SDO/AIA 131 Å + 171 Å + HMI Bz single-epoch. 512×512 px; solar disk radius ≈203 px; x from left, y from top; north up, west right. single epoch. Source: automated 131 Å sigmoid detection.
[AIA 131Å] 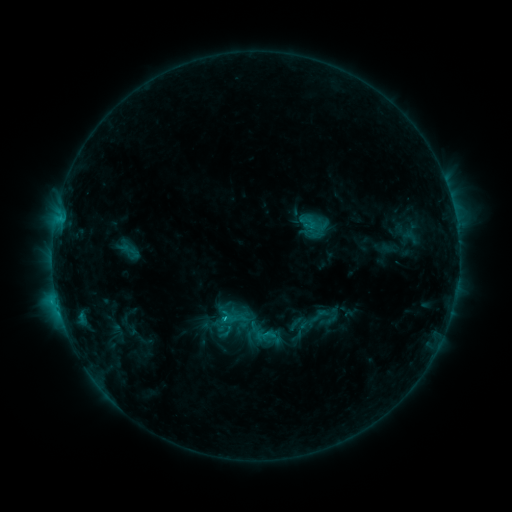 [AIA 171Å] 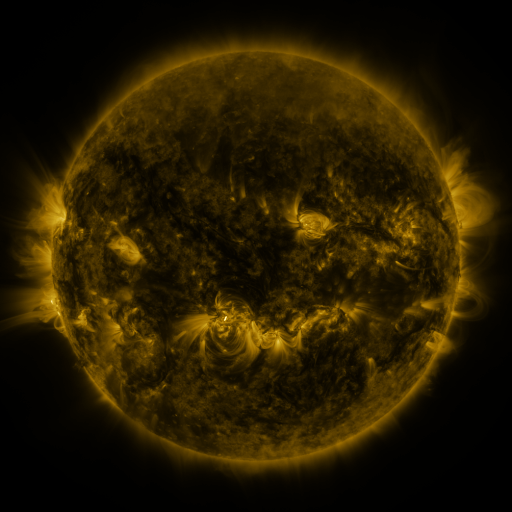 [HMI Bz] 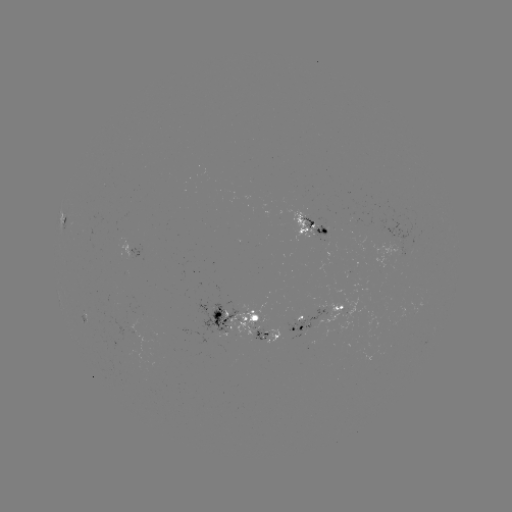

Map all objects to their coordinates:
sigmoid: <bbox>118, 237, 142, 266</bbox>
sigmoid: <bbox>309, 305, 330, 326</bbox>
